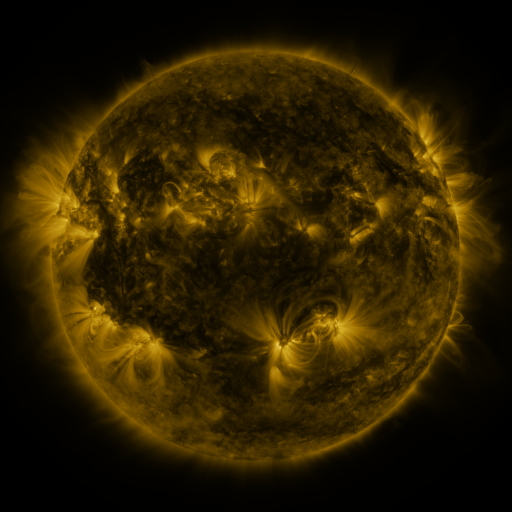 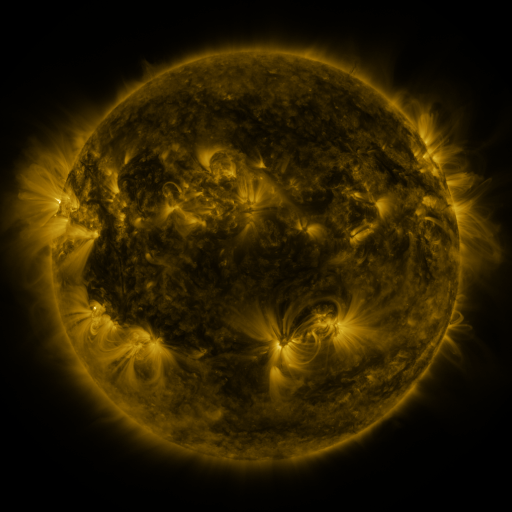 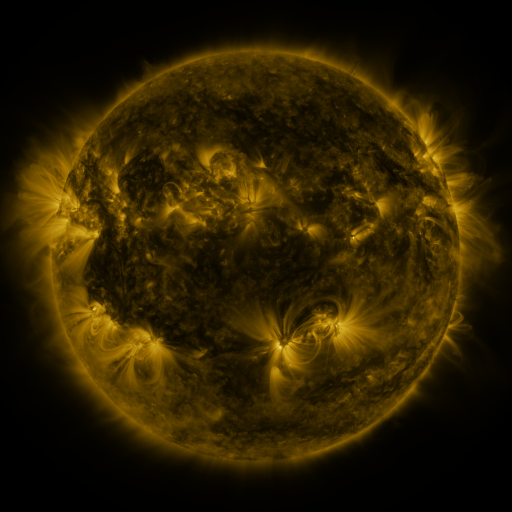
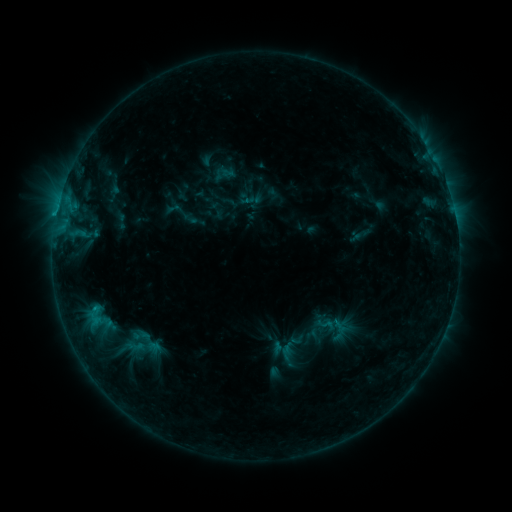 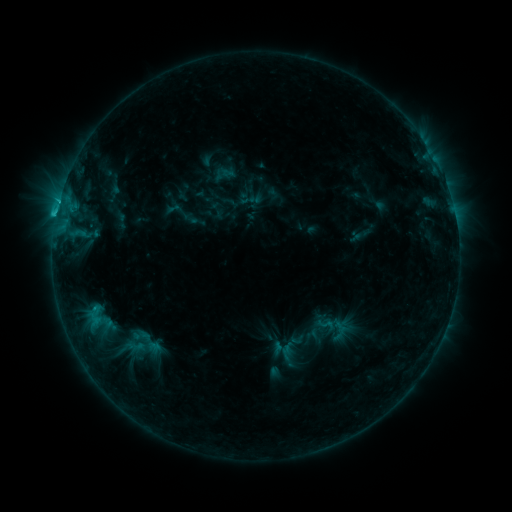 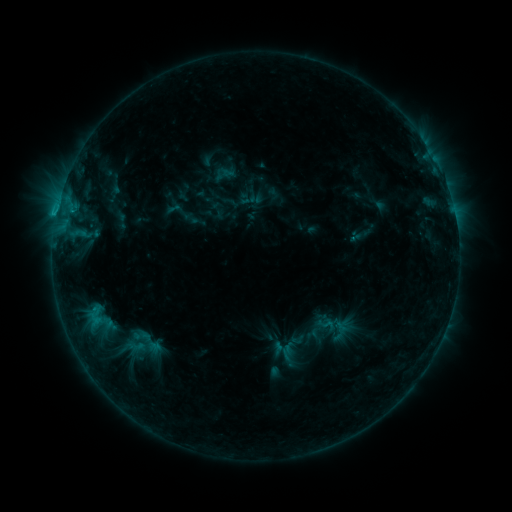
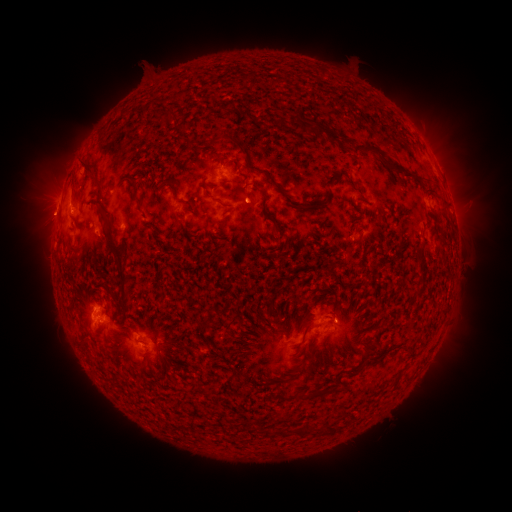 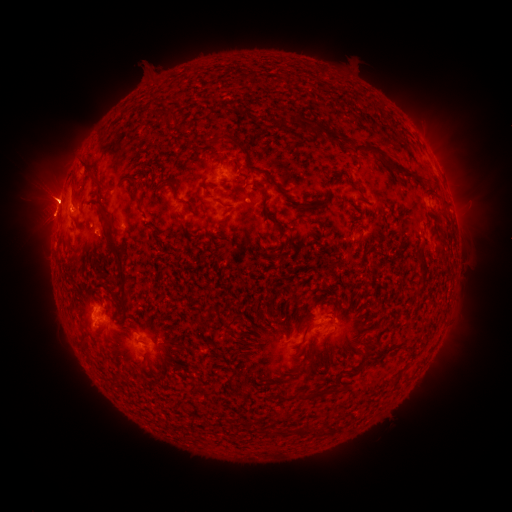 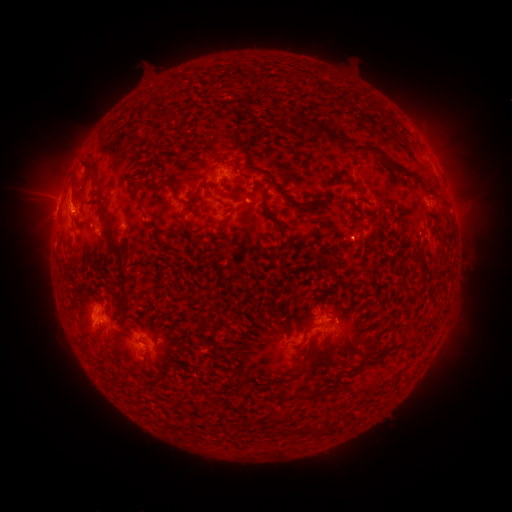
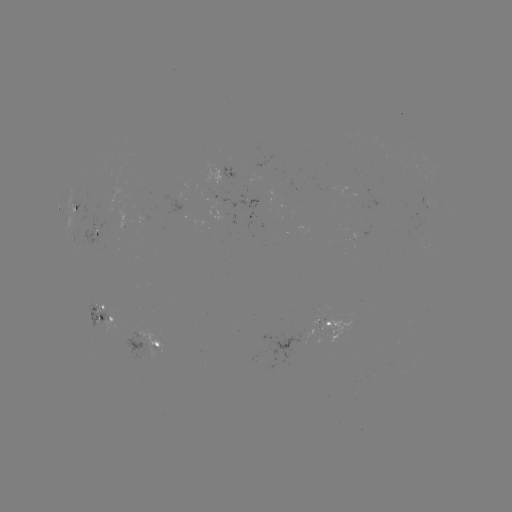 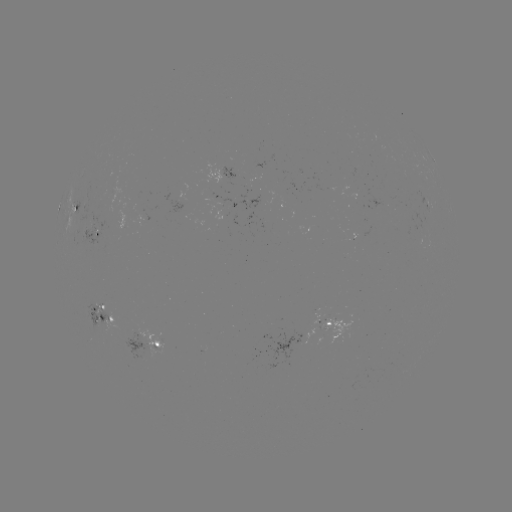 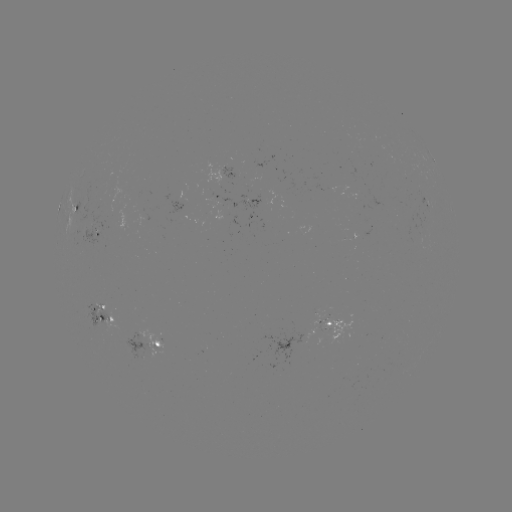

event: flare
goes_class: C1.4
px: (56, 217)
